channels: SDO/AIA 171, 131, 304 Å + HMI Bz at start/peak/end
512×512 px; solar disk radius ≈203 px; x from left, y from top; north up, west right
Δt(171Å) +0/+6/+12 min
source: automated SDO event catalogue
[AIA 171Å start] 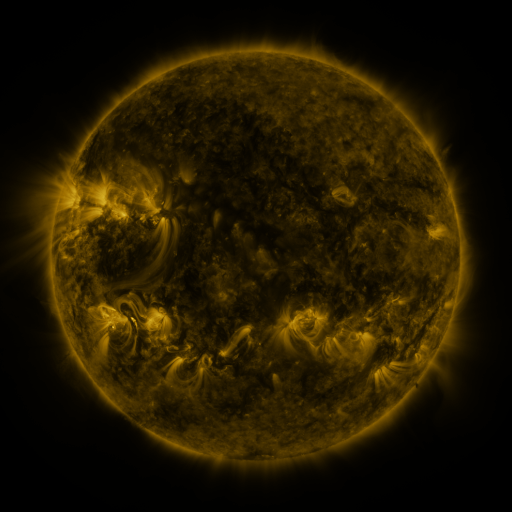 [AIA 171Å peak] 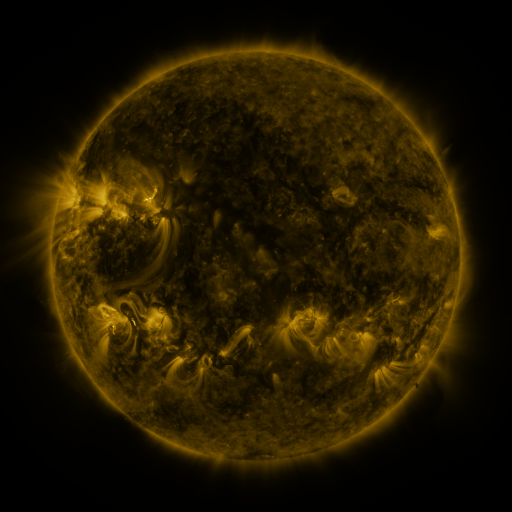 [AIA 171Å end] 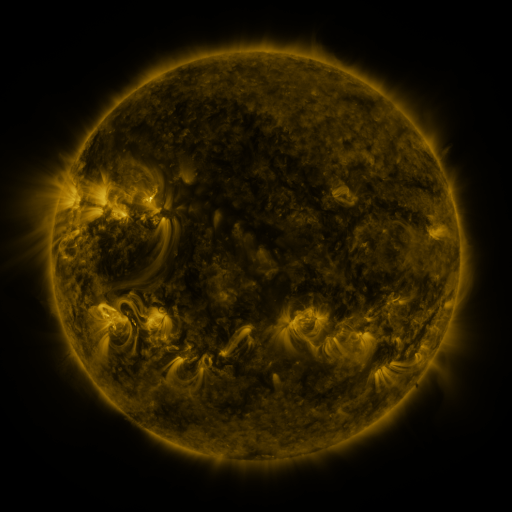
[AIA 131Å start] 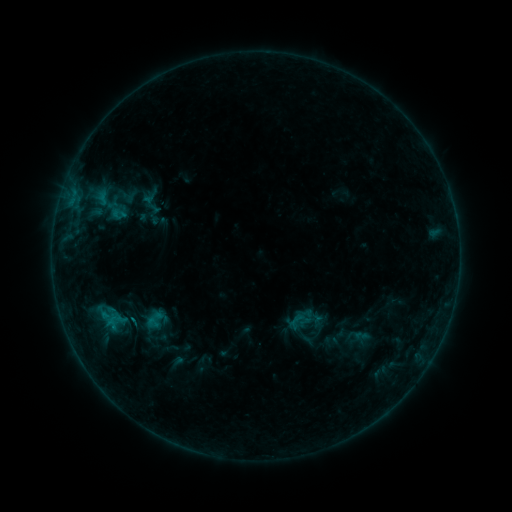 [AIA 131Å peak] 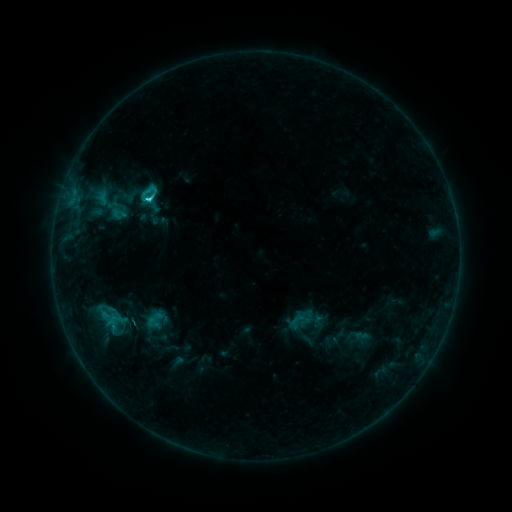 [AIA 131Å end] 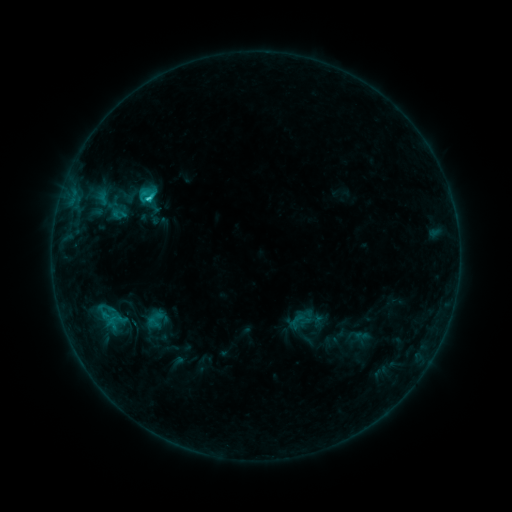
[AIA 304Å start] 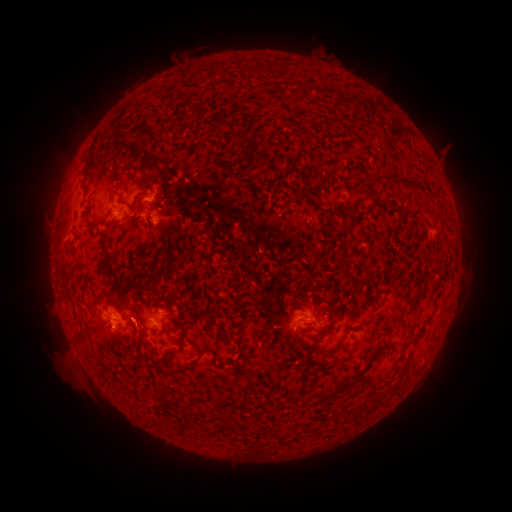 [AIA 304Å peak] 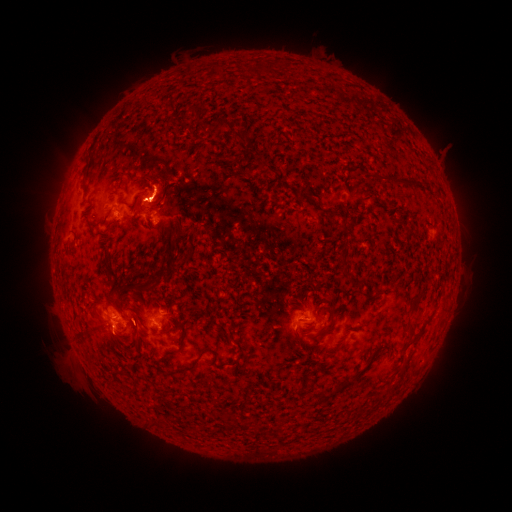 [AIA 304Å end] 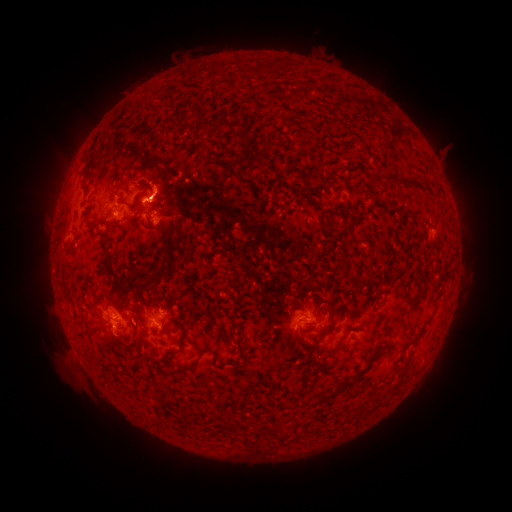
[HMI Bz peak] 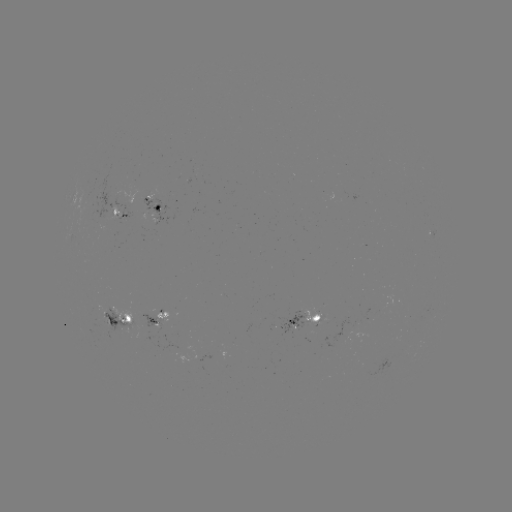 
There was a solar eruption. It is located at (152, 188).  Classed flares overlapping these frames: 1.